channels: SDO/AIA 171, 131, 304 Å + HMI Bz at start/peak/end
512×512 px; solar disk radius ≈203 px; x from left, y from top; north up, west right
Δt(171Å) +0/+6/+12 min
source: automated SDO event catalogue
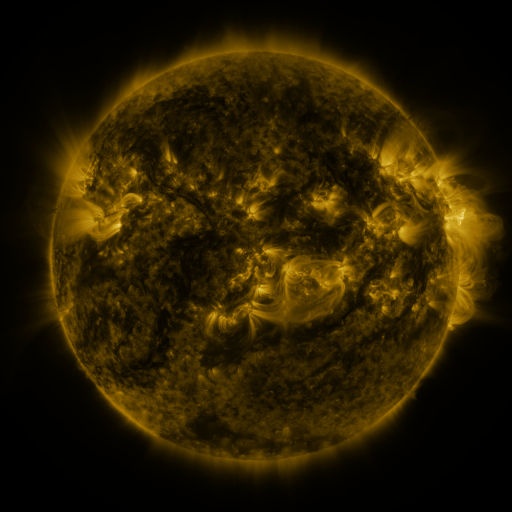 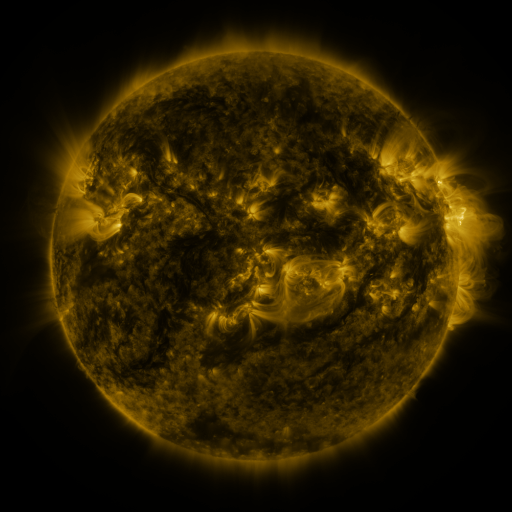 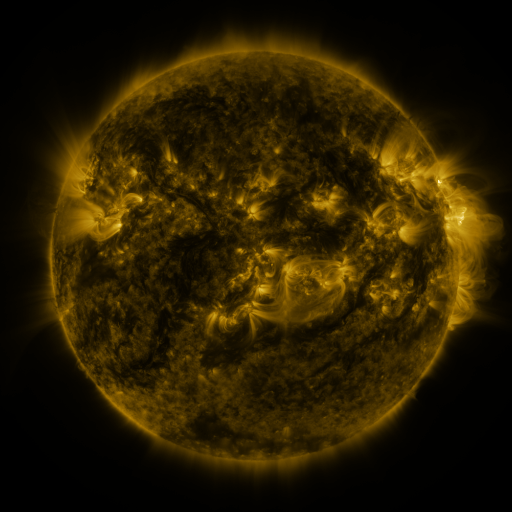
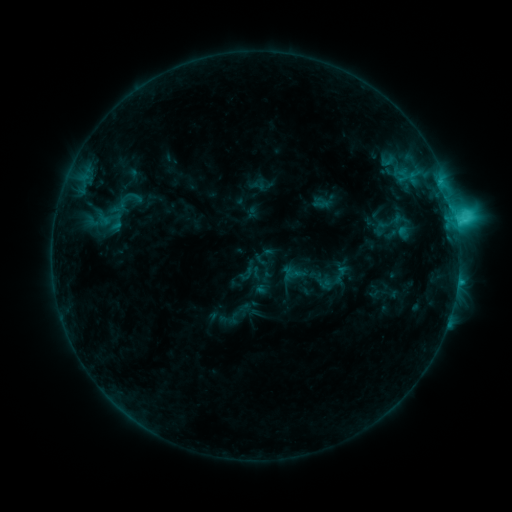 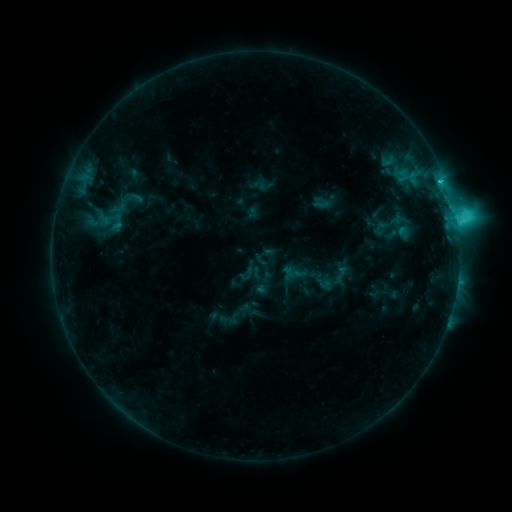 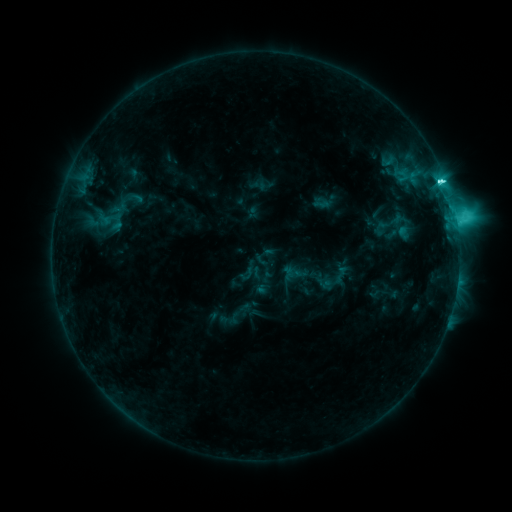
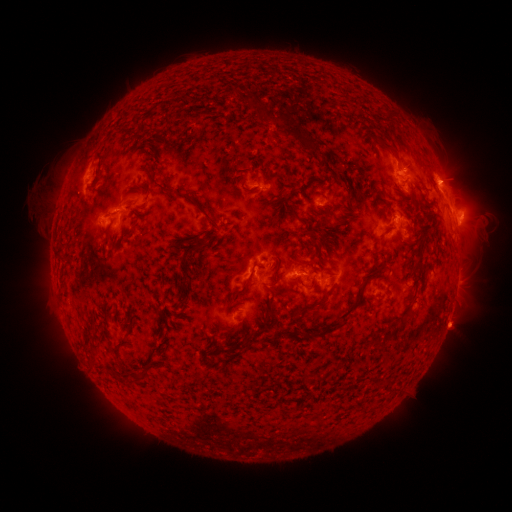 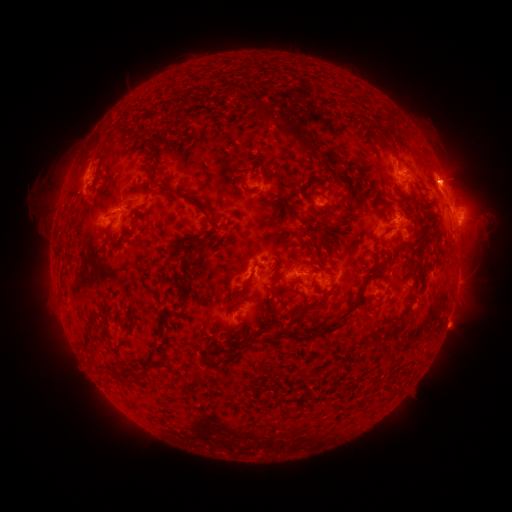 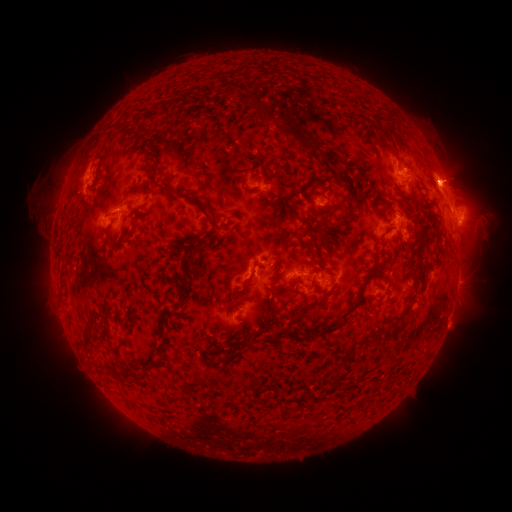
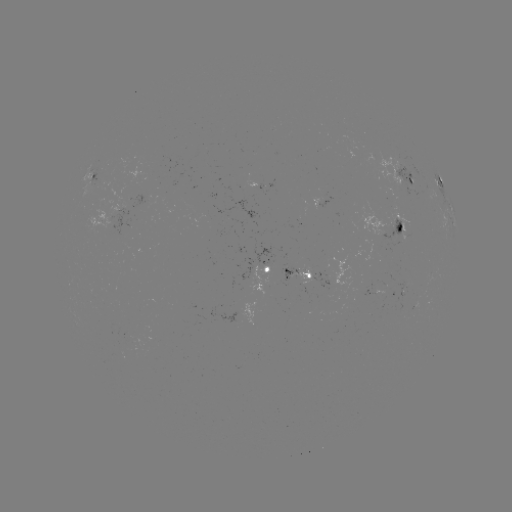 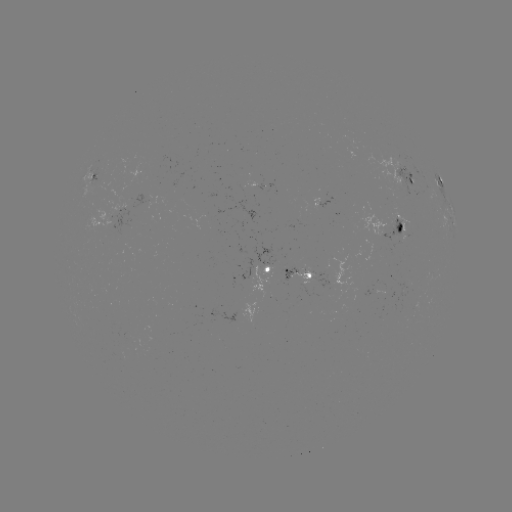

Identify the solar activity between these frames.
C7.3 flare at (440, 185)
